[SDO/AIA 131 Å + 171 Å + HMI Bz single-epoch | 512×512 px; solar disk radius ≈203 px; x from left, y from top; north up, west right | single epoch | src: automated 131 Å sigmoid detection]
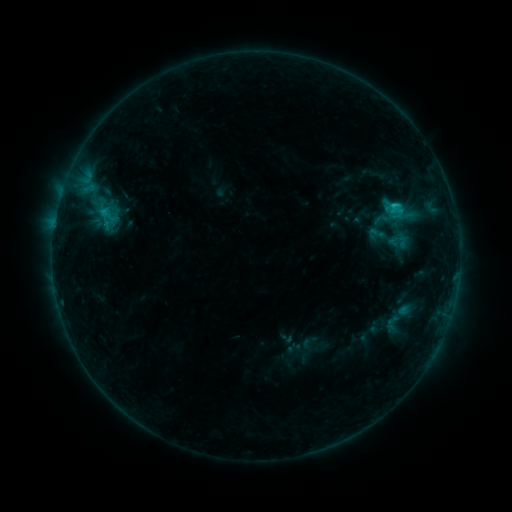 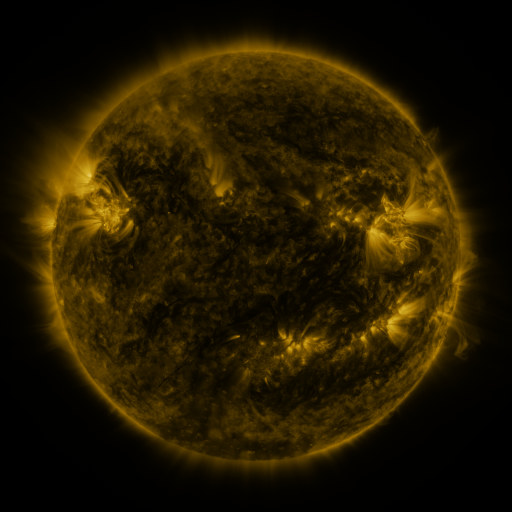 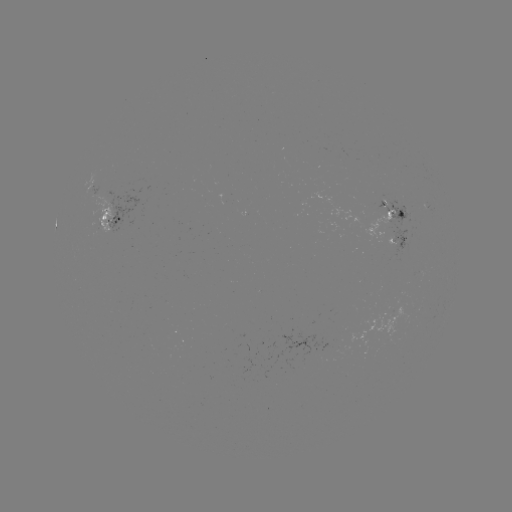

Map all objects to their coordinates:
sigmoid: (392, 323)
